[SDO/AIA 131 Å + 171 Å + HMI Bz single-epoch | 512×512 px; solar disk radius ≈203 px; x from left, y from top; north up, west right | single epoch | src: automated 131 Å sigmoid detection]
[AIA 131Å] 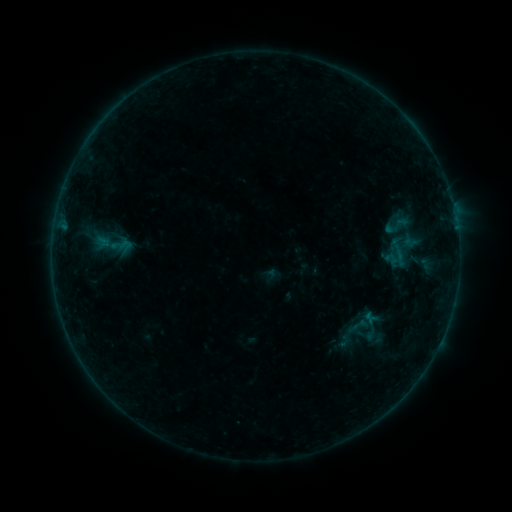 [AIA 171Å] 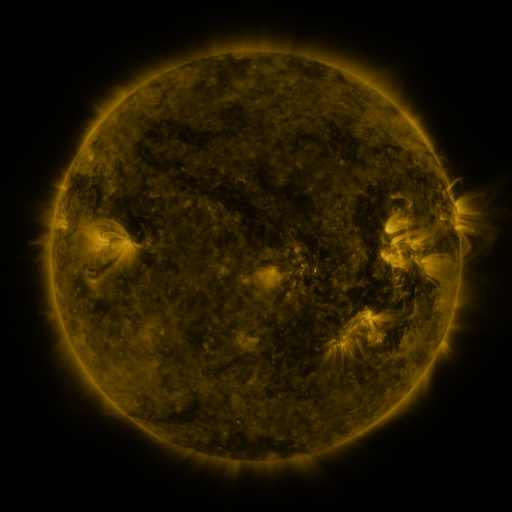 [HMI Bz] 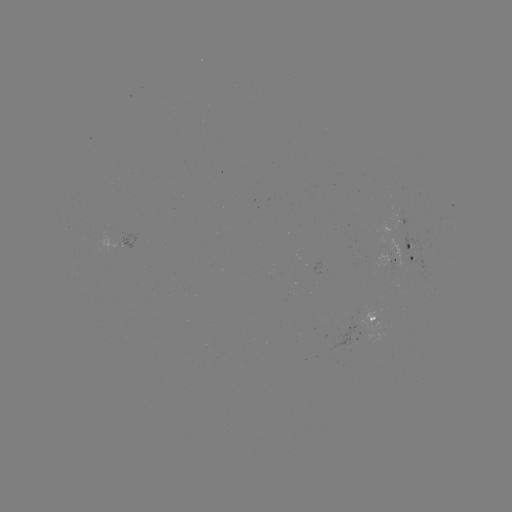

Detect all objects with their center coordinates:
sigmoid: (398, 225)
sigmoid: (112, 243)
